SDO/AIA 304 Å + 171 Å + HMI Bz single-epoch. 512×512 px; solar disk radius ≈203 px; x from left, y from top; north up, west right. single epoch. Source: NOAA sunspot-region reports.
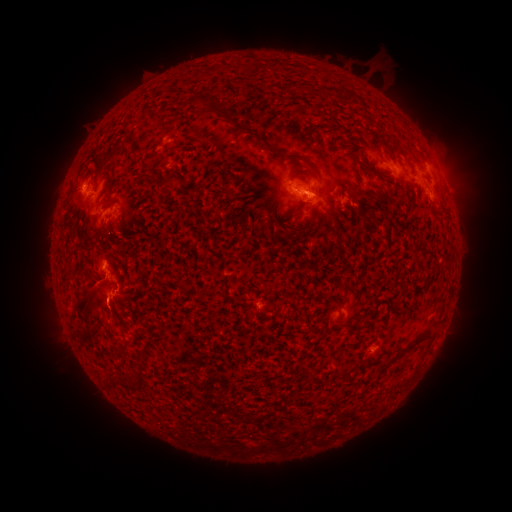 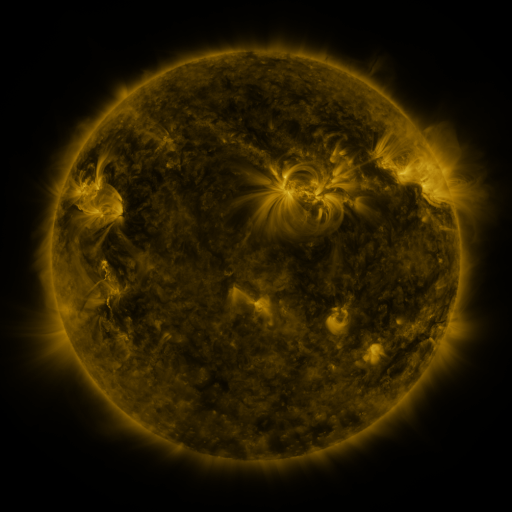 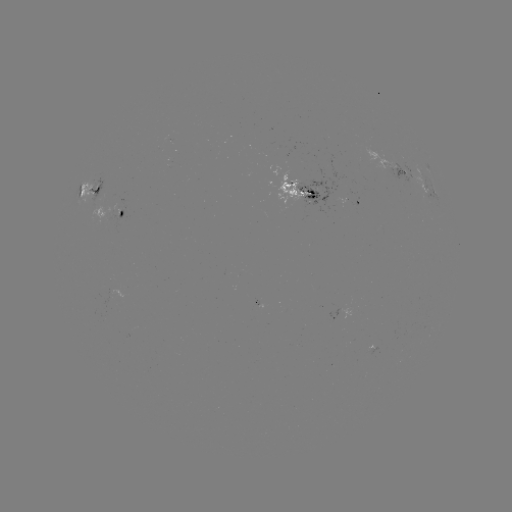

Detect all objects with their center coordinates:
spotted active region: (399, 171)
spotted active region: (89, 189)
spotted active region: (304, 191)
spotted active region: (433, 192)
spotted active region: (350, 203)
spotted active region: (113, 213)
spotted active region: (371, 350)
